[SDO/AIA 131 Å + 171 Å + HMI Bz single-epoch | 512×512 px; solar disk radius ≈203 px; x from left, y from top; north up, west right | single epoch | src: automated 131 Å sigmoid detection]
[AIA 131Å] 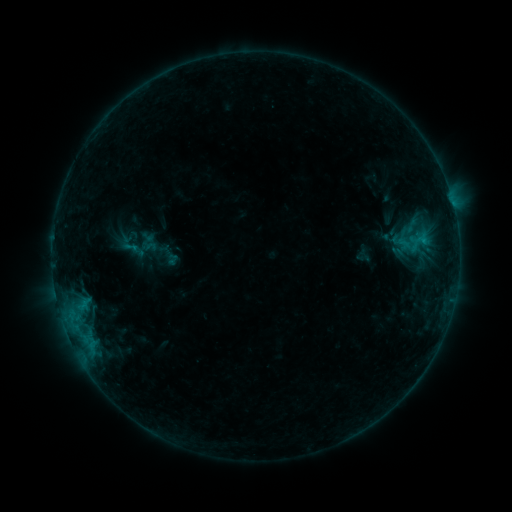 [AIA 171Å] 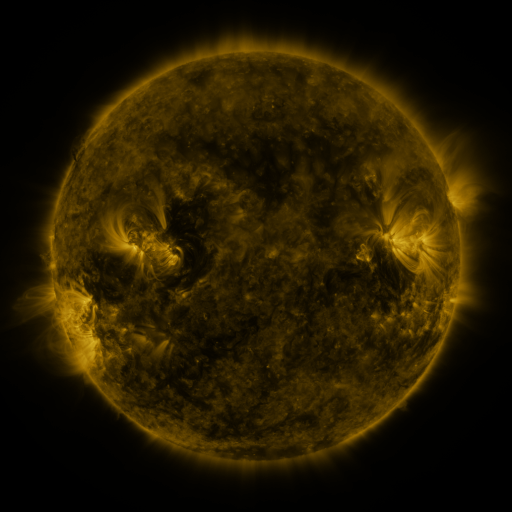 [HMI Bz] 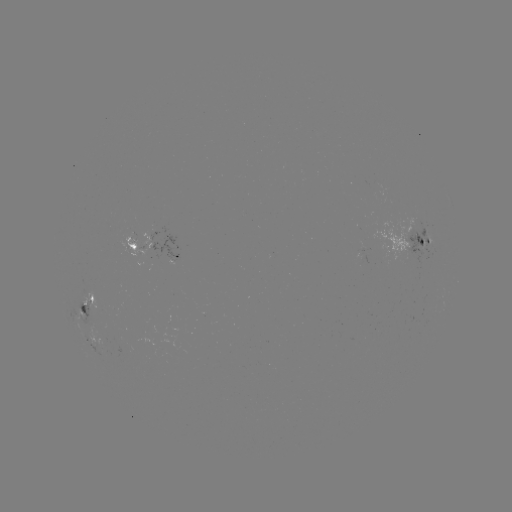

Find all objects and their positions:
sigmoid: <bbox>122, 237, 140, 257</bbox>
